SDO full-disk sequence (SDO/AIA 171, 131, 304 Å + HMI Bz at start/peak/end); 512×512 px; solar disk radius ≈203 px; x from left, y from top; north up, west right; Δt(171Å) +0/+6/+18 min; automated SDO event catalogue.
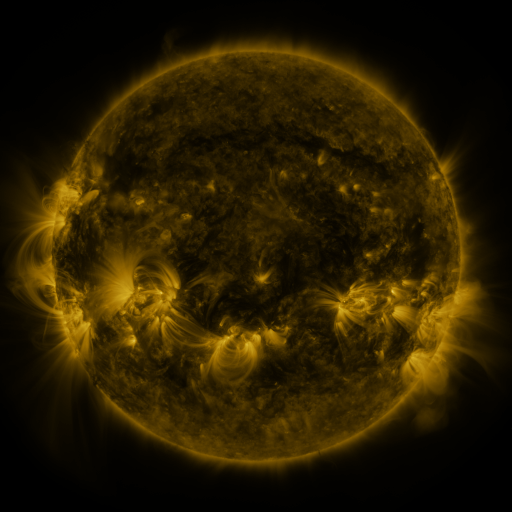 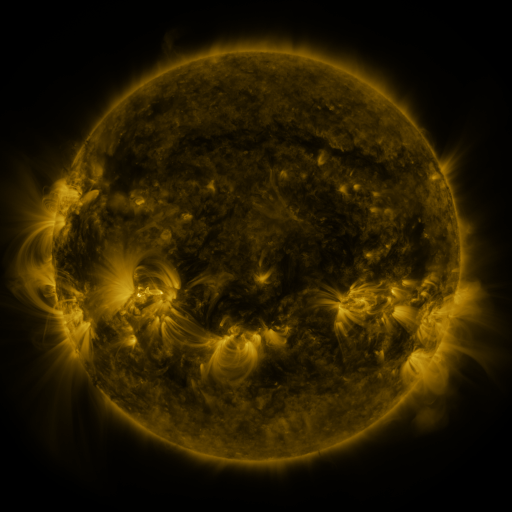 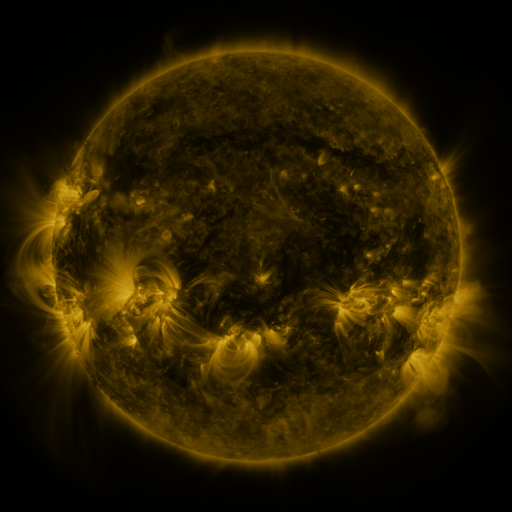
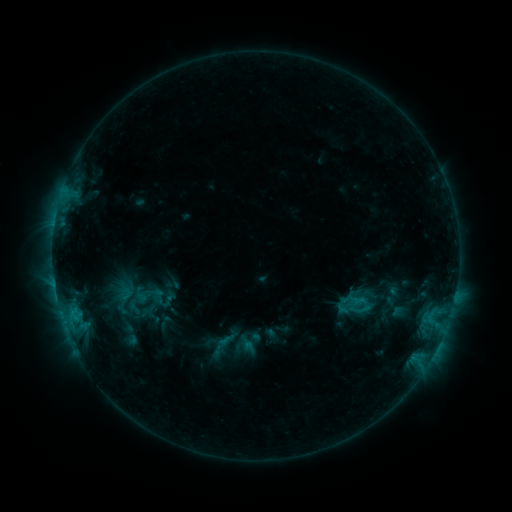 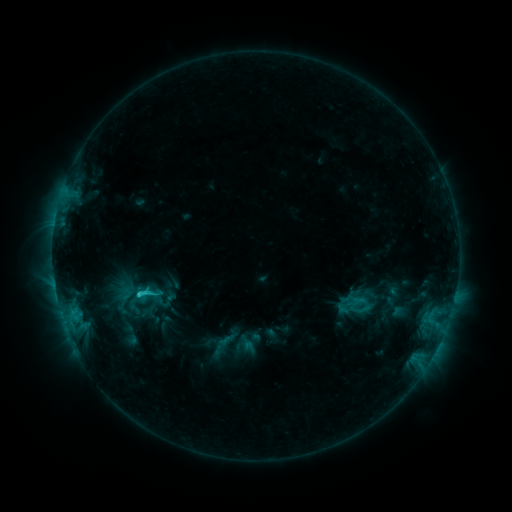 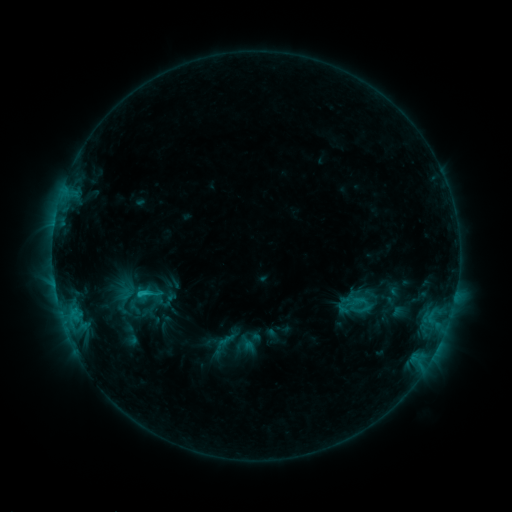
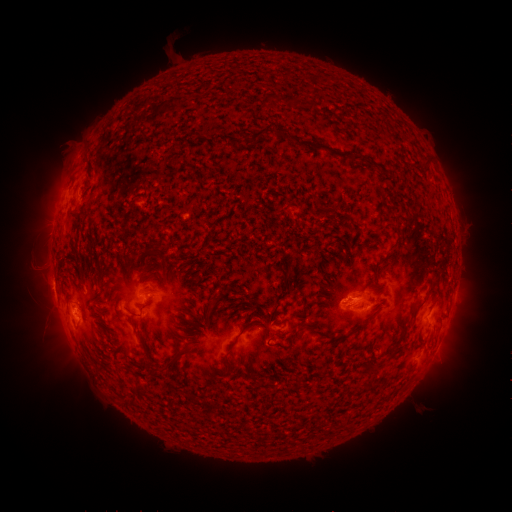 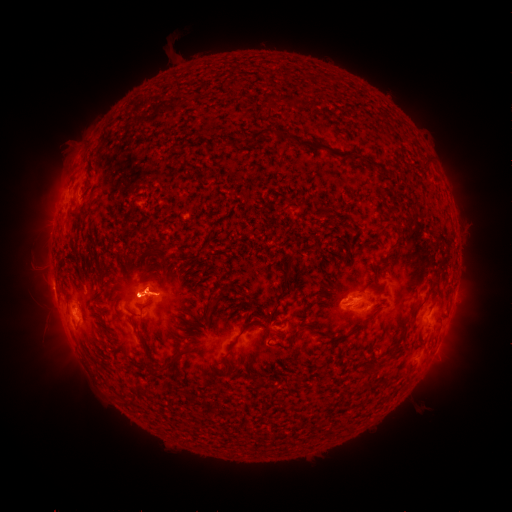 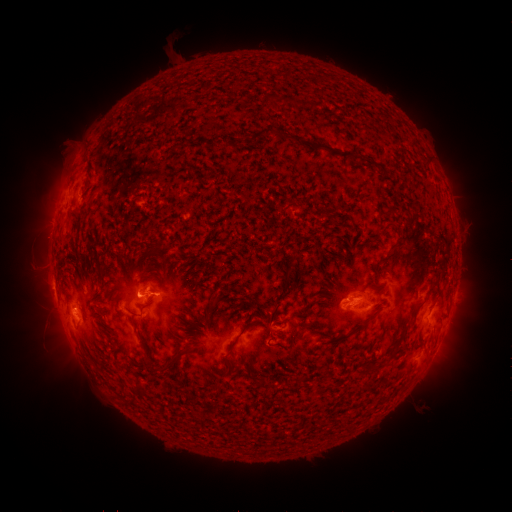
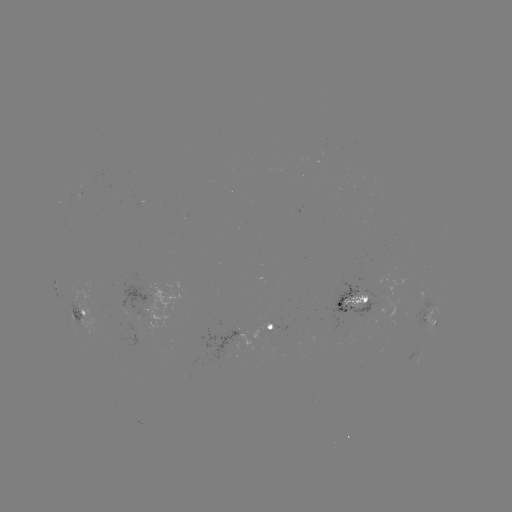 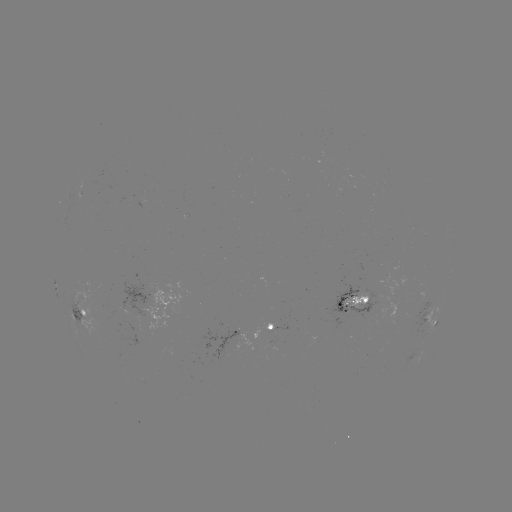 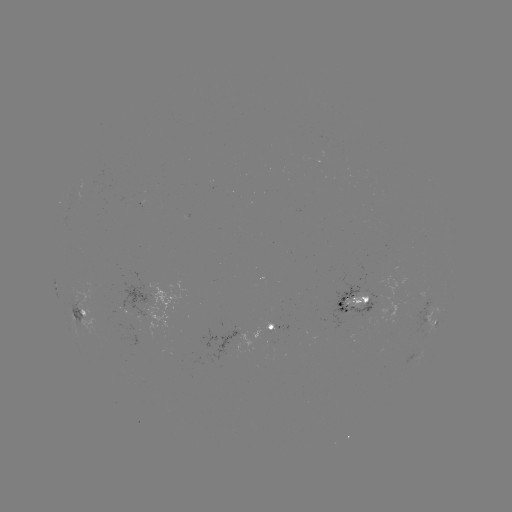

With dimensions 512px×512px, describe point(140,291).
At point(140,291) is C2.2 flare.